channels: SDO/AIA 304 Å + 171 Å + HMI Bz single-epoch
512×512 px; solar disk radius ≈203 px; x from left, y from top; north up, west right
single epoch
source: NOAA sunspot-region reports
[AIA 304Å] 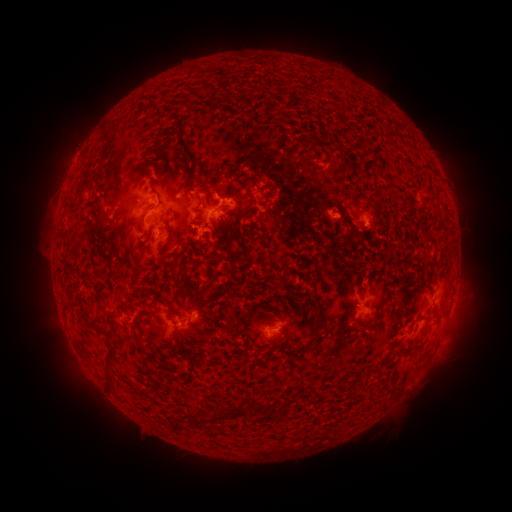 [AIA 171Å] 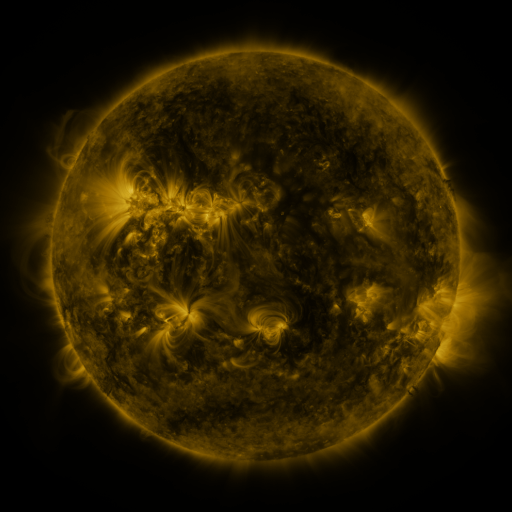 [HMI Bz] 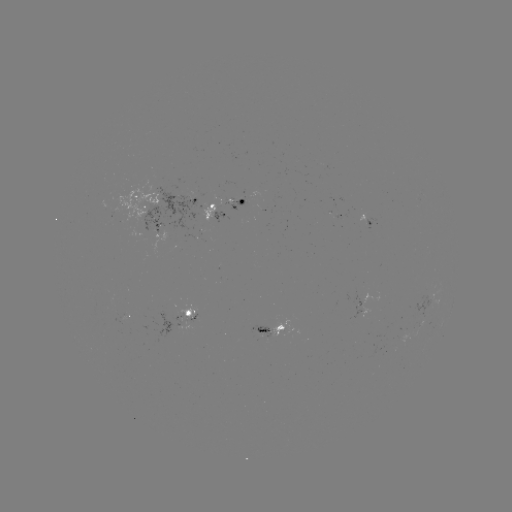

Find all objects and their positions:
spotted active region: (198, 195)
spotted active region: (145, 202)
spotted active region: (228, 209)
spotted active region: (158, 223)
spotted active region: (368, 223)
spotted active region: (203, 230)
spotted active region: (360, 308)
spotted active region: (195, 311)
spotted active region: (128, 315)
spotted active region: (275, 328)
